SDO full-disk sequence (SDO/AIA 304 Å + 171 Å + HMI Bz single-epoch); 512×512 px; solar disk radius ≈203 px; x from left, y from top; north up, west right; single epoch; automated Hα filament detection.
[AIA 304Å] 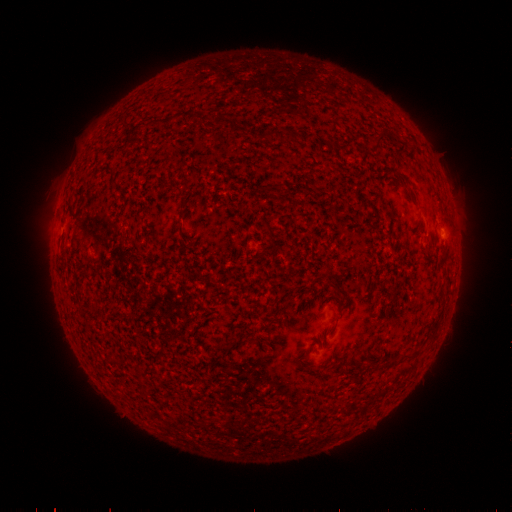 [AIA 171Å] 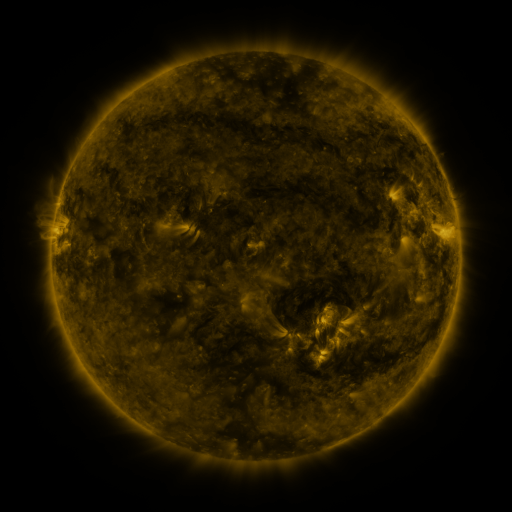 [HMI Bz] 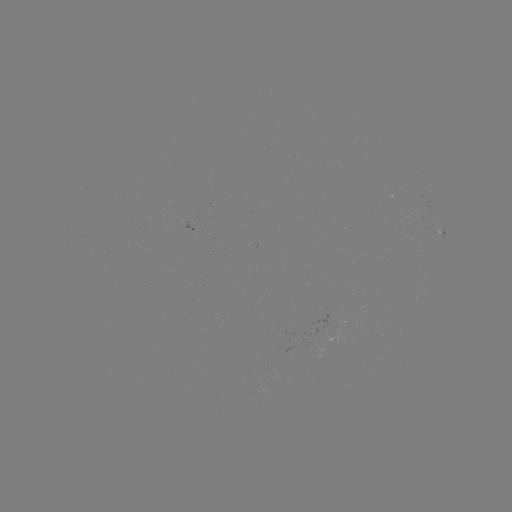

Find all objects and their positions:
filament: (169, 120)
filament: (272, 134)
filament: (381, 139)
filament: (183, 208)
filament: (271, 231)
filament: (223, 343)
